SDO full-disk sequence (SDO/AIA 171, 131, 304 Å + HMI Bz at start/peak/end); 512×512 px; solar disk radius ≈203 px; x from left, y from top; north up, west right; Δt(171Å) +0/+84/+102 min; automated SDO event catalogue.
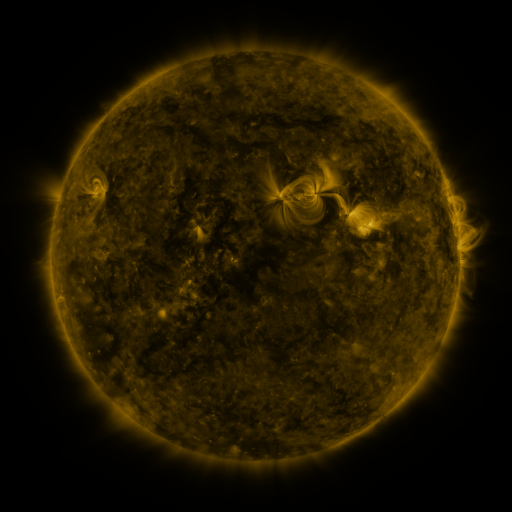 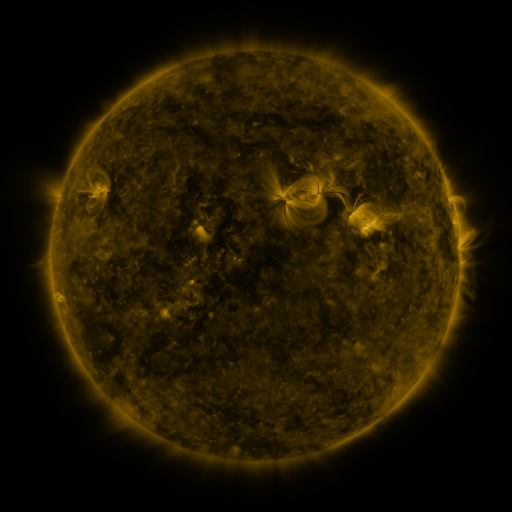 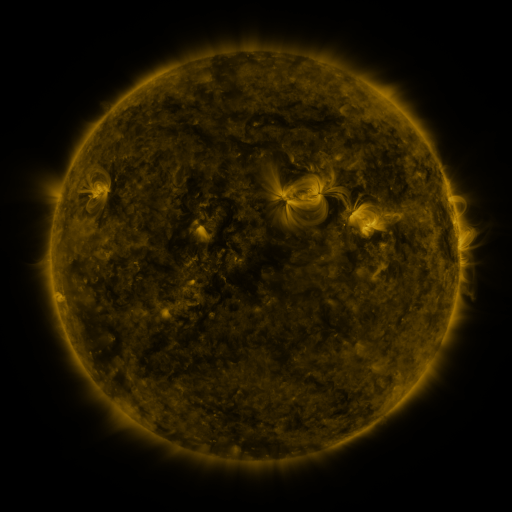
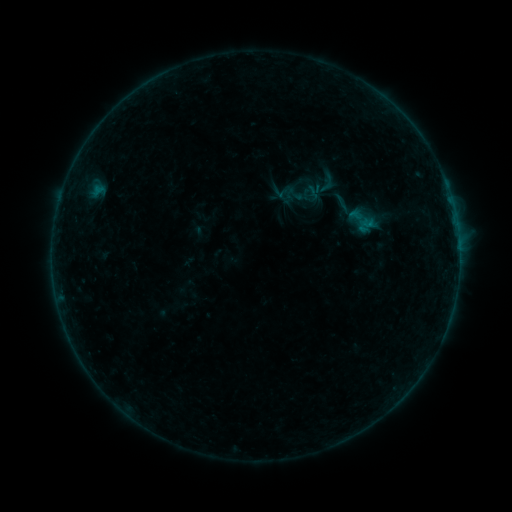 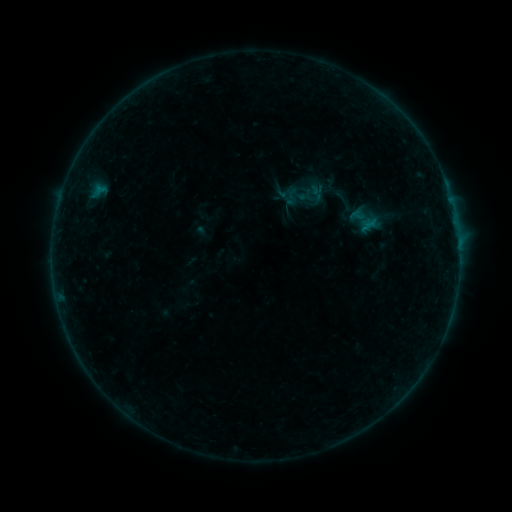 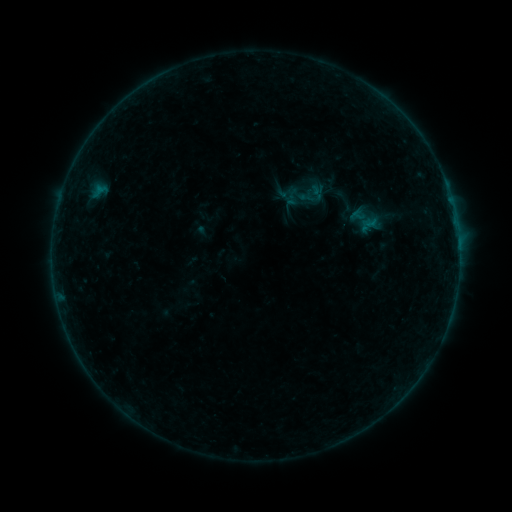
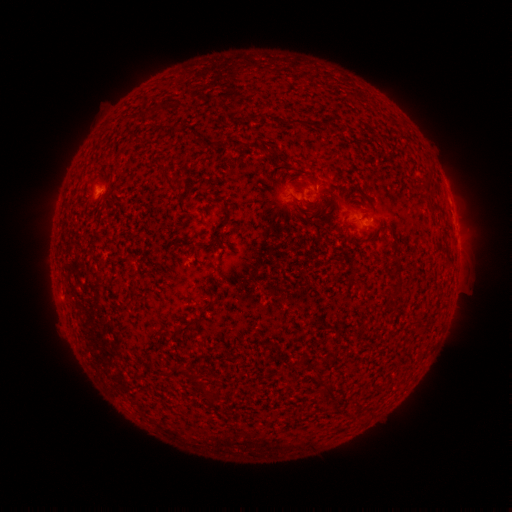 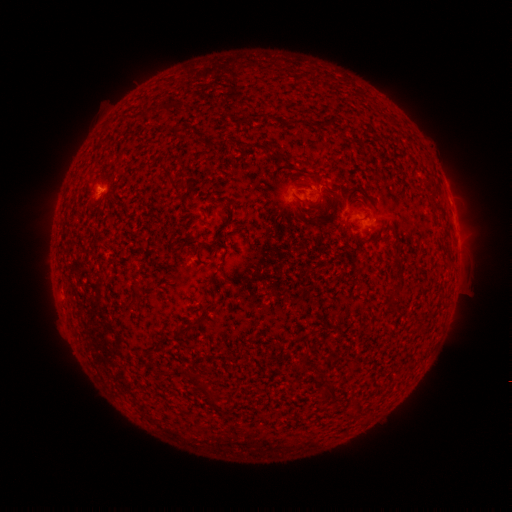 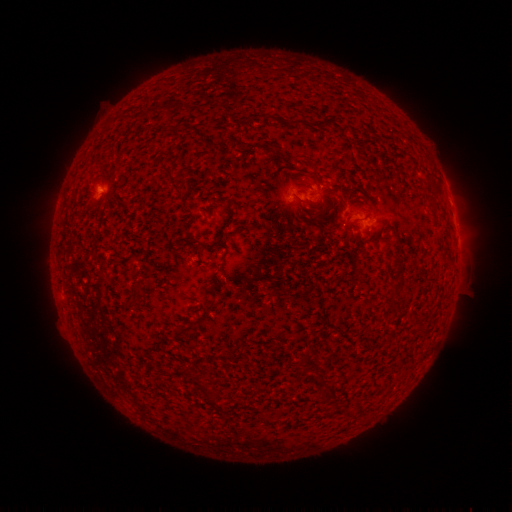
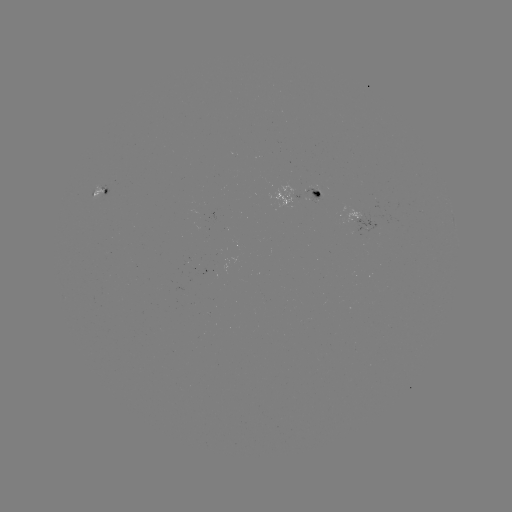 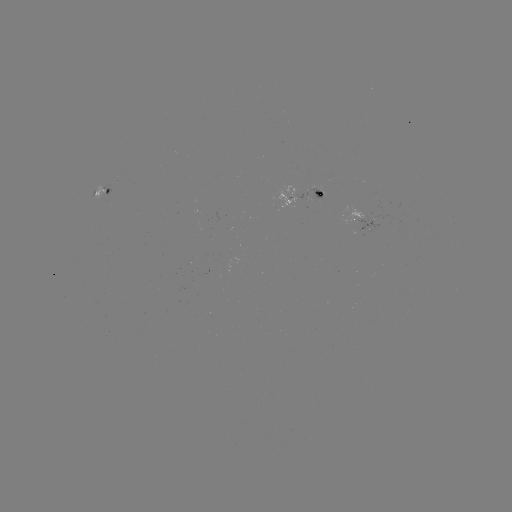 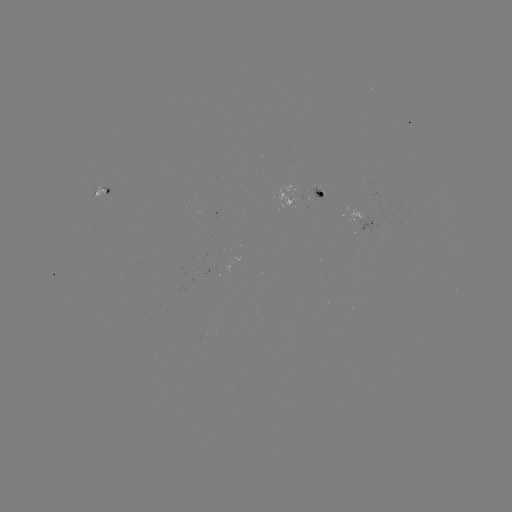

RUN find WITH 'emerging-flux region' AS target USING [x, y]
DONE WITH [288, 198] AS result